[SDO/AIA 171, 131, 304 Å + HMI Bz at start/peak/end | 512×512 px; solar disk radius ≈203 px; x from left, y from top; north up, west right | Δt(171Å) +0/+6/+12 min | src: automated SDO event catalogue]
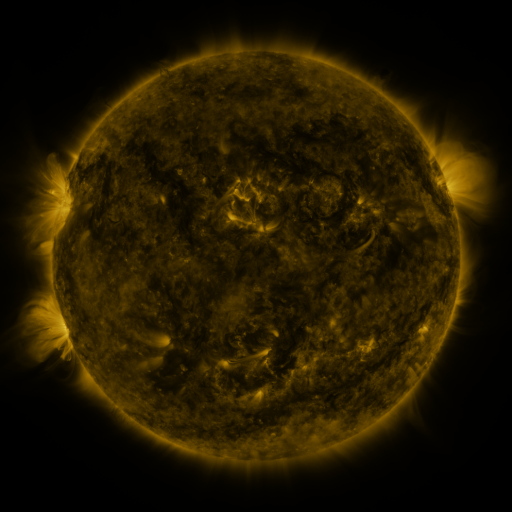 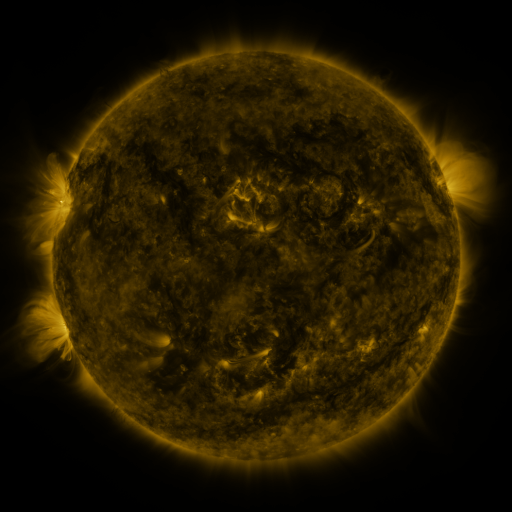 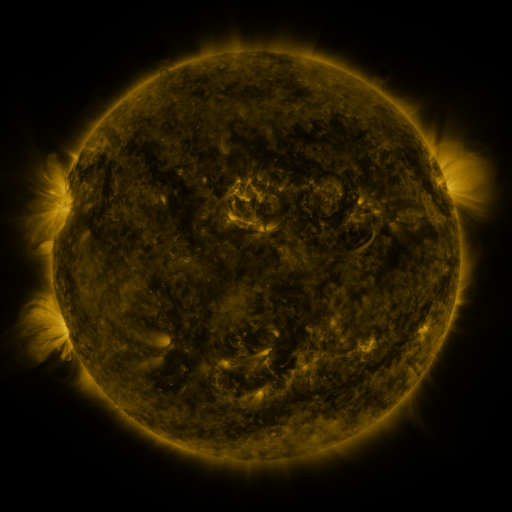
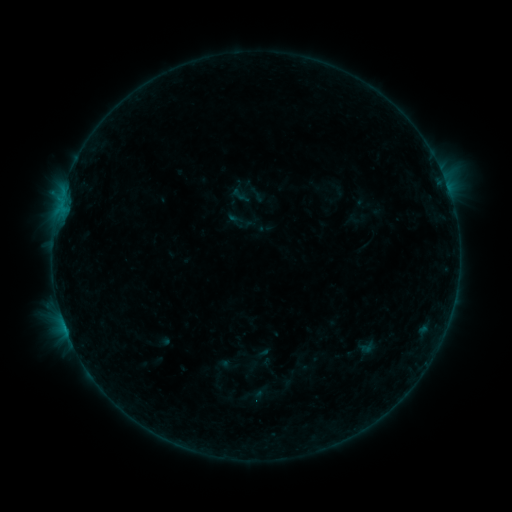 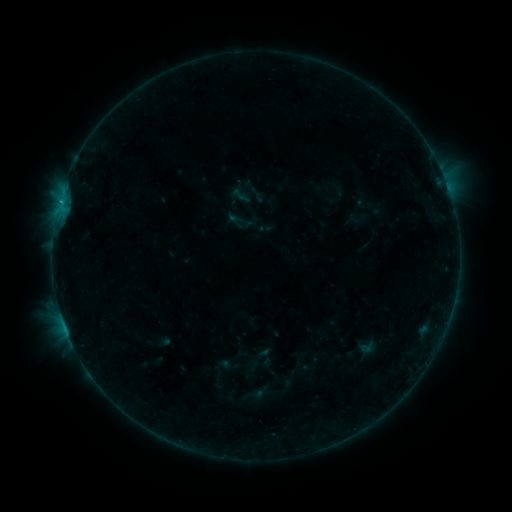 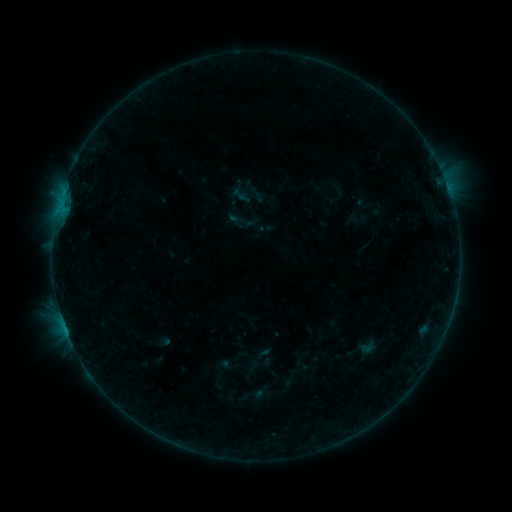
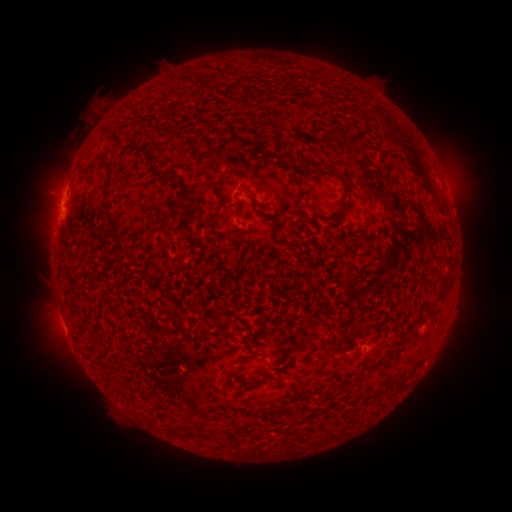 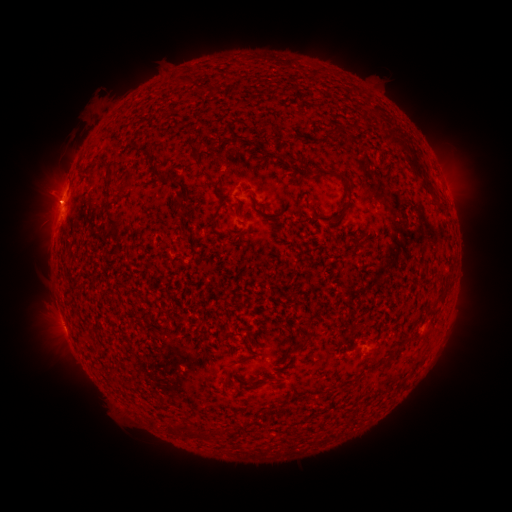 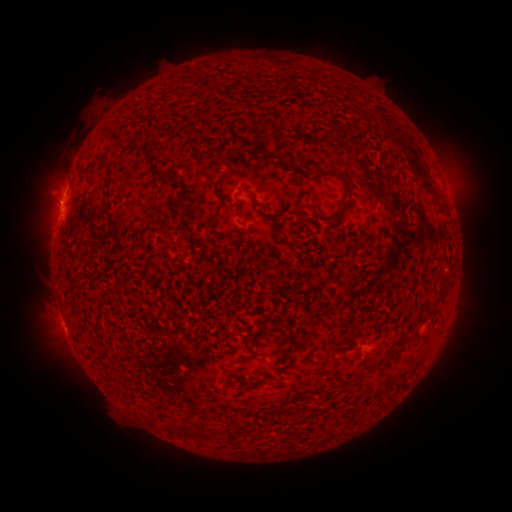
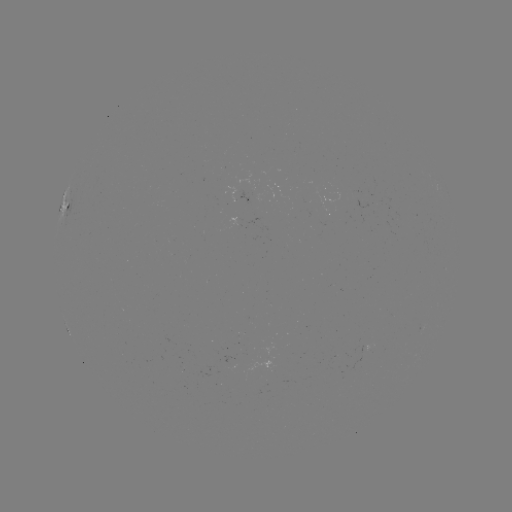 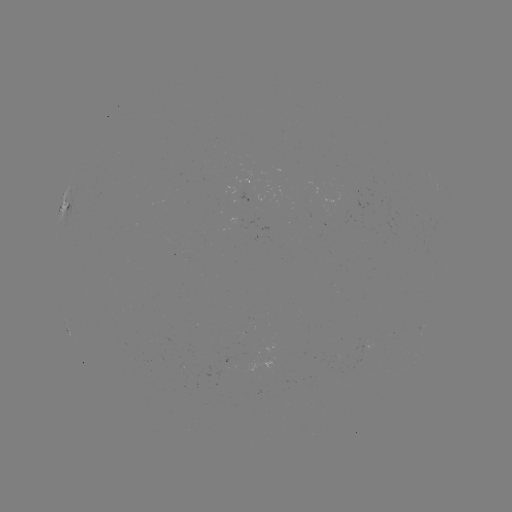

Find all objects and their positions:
B4.1 flare: (60, 201)
